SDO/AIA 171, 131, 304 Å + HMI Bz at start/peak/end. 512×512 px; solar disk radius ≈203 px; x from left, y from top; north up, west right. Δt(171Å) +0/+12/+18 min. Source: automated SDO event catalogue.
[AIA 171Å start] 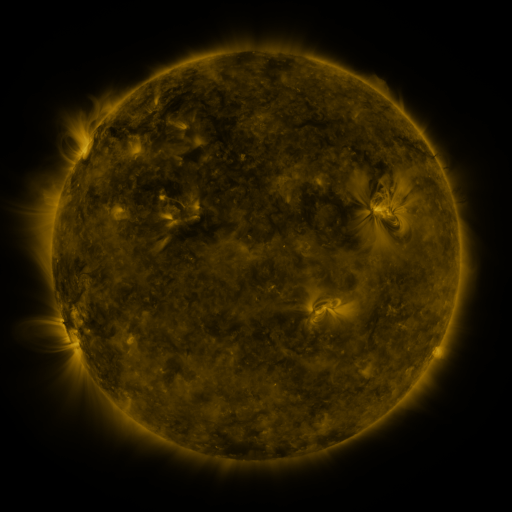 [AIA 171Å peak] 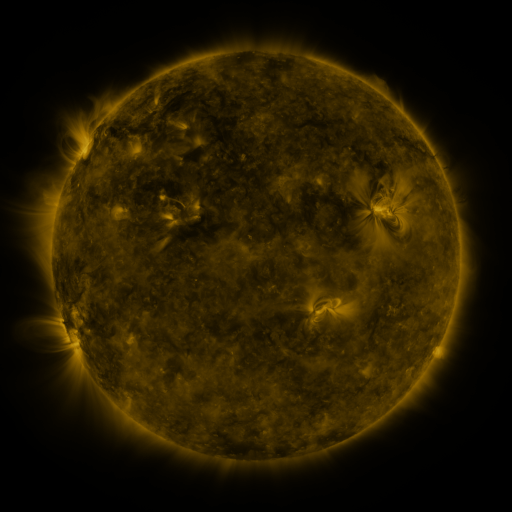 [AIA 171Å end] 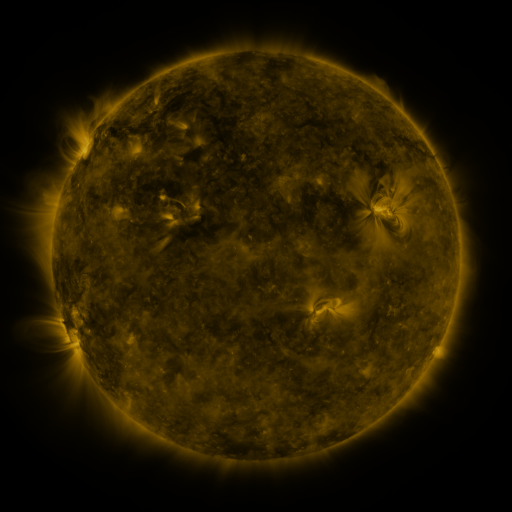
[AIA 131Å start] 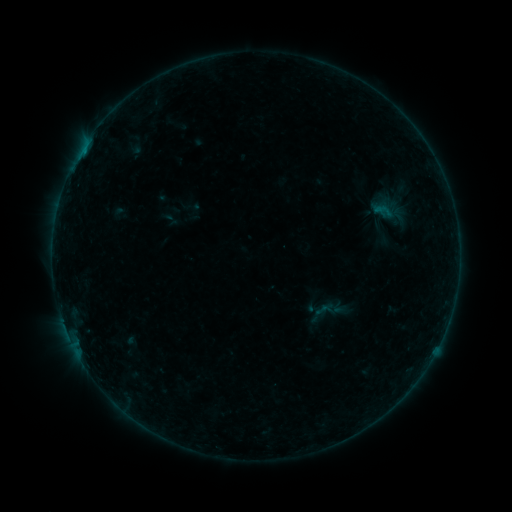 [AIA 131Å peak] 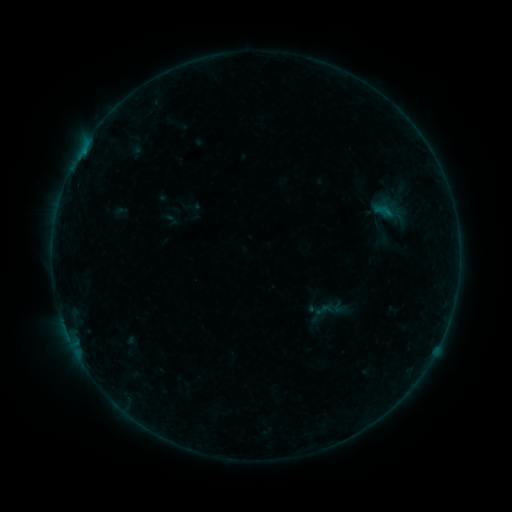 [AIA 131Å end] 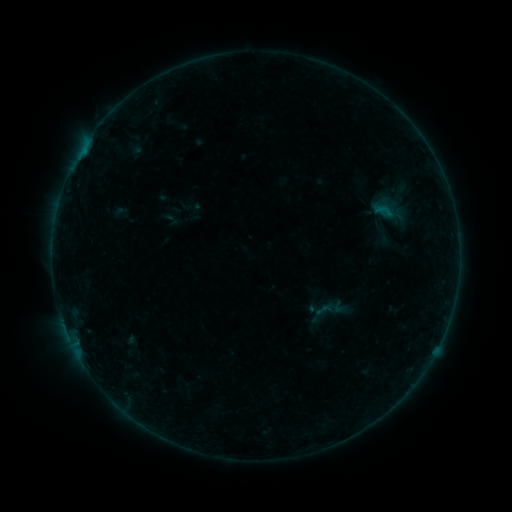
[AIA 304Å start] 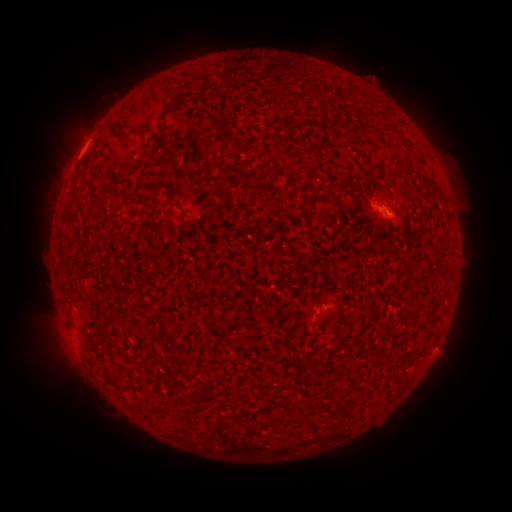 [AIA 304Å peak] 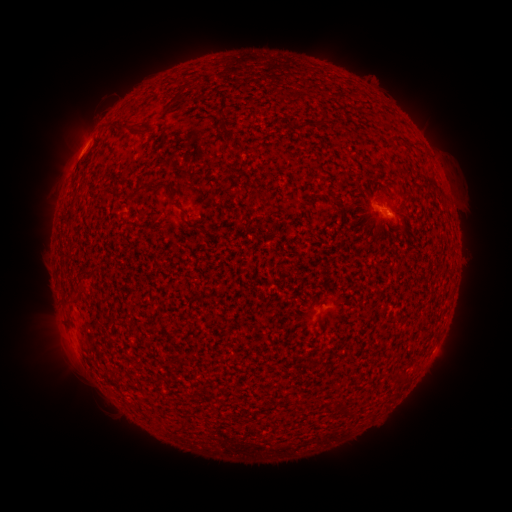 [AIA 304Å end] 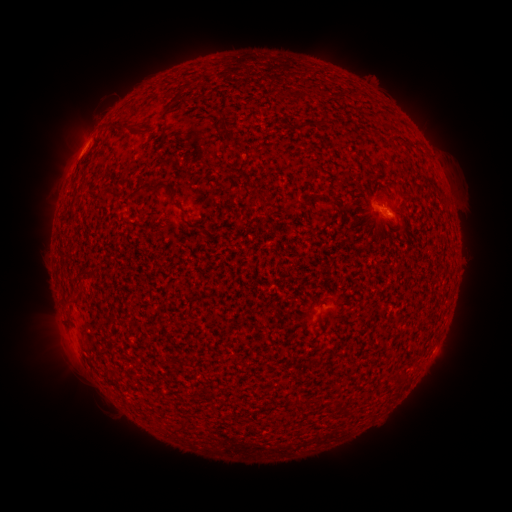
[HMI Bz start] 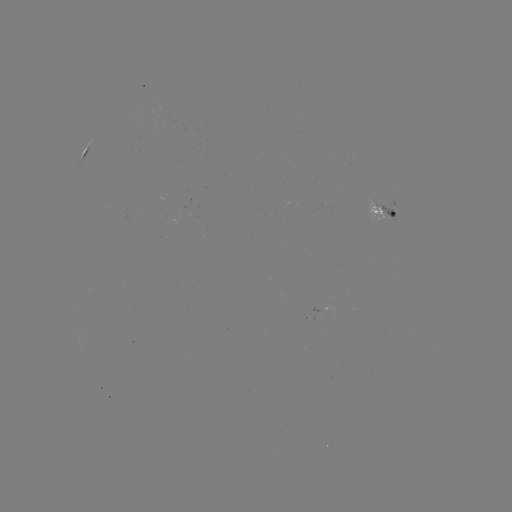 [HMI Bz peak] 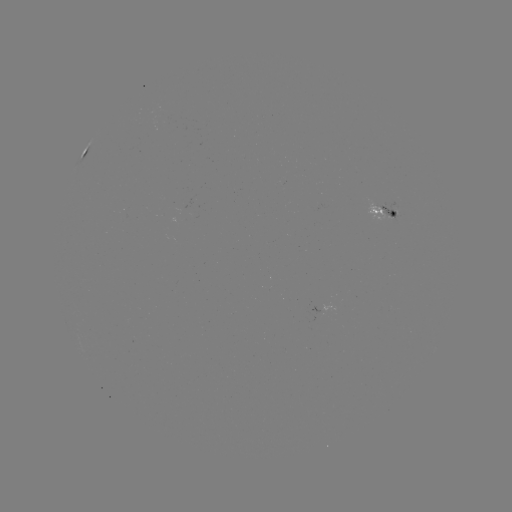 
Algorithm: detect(B1.7 flare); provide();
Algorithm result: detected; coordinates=73,166